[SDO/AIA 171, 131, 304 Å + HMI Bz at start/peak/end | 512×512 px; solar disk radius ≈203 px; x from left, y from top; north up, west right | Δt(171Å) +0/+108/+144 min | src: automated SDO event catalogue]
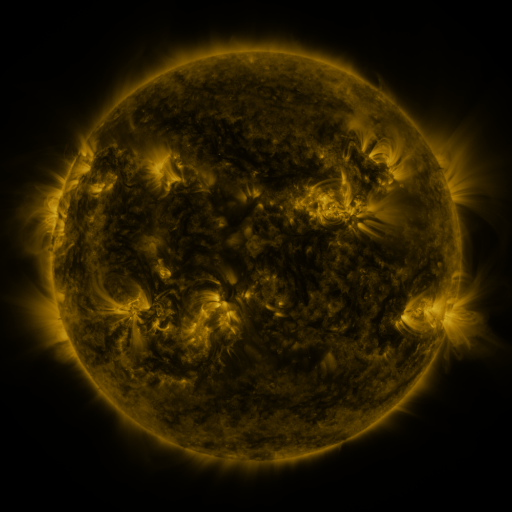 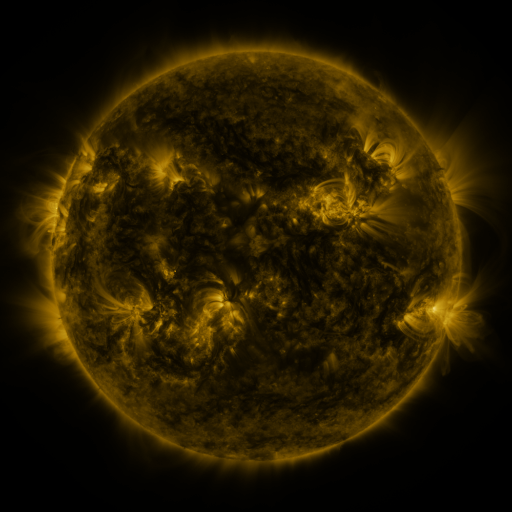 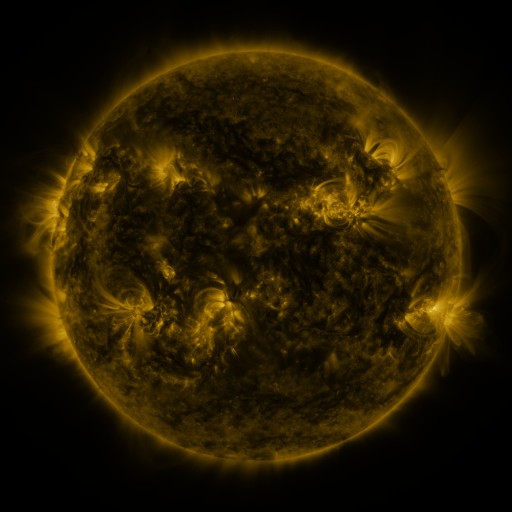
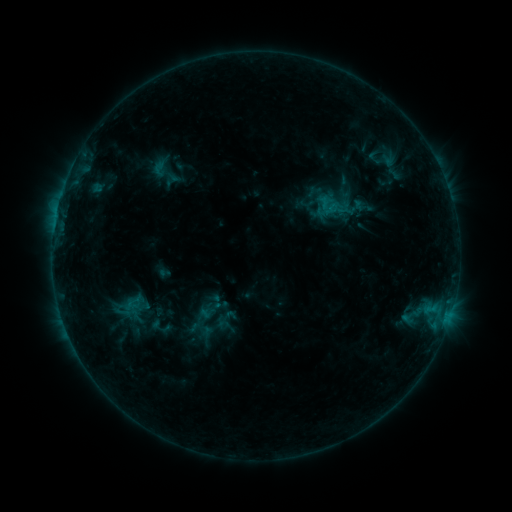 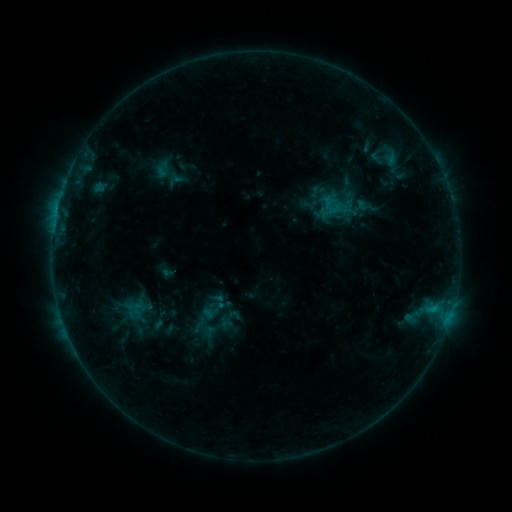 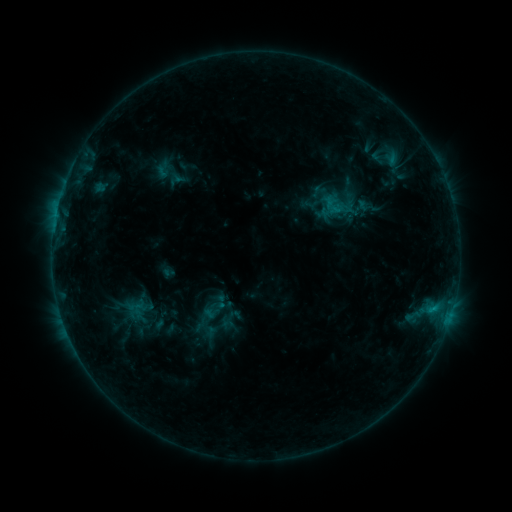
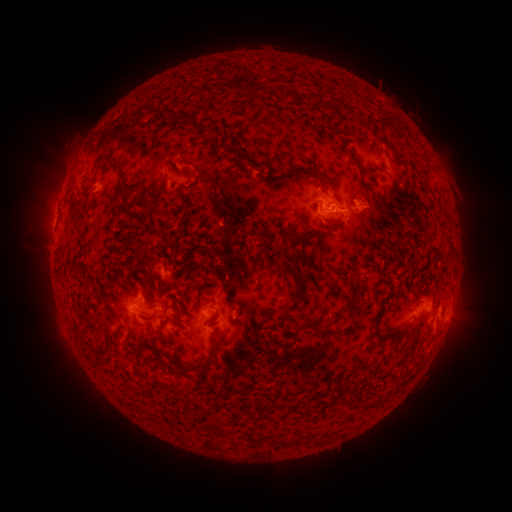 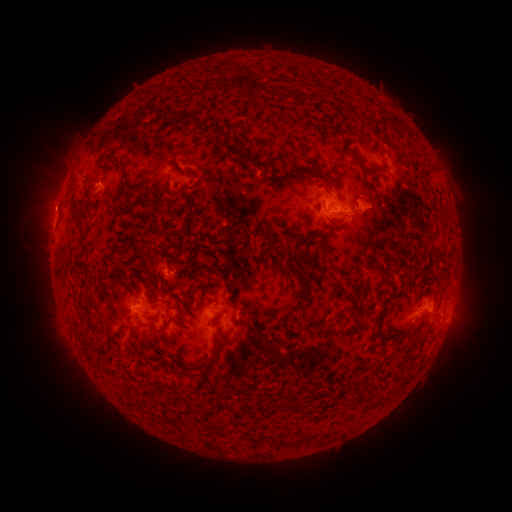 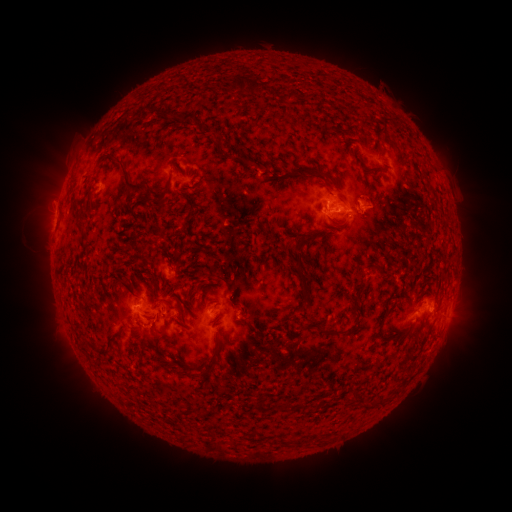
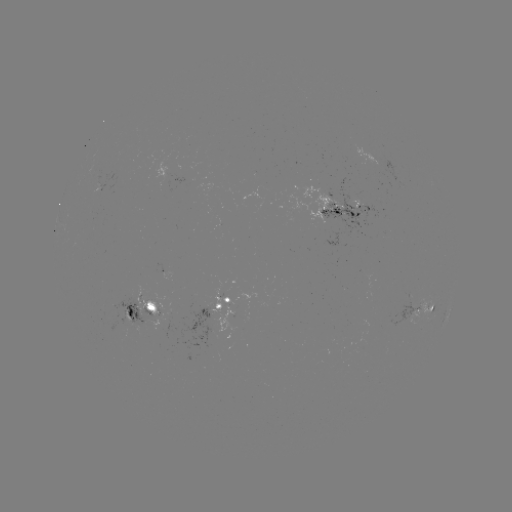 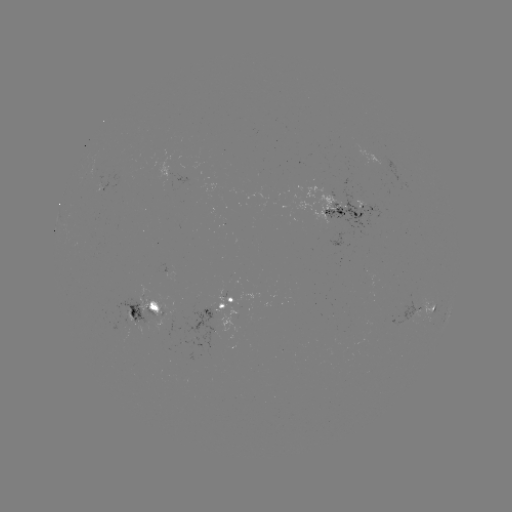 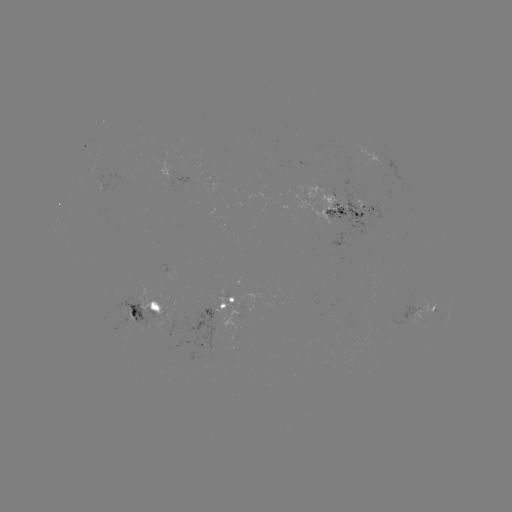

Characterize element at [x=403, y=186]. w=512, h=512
emerging-flux region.